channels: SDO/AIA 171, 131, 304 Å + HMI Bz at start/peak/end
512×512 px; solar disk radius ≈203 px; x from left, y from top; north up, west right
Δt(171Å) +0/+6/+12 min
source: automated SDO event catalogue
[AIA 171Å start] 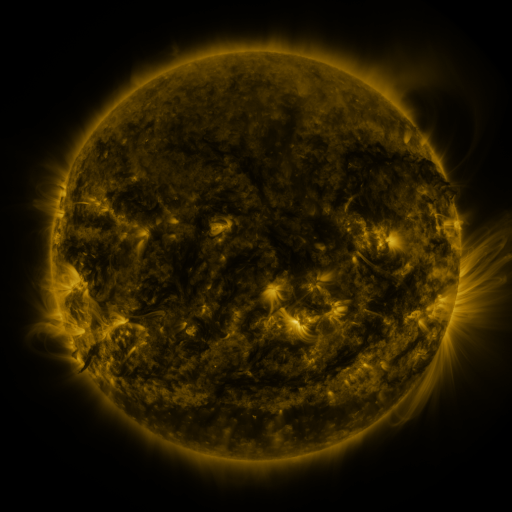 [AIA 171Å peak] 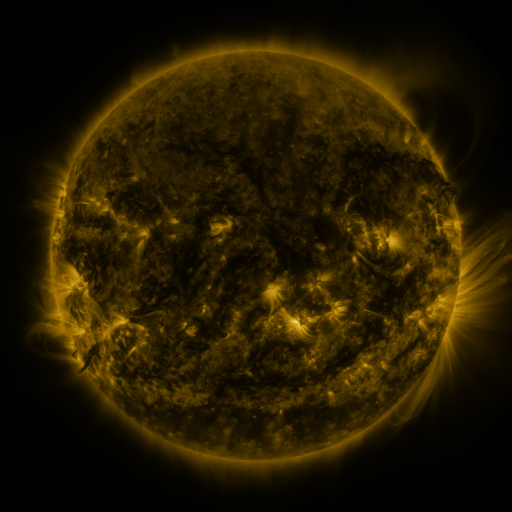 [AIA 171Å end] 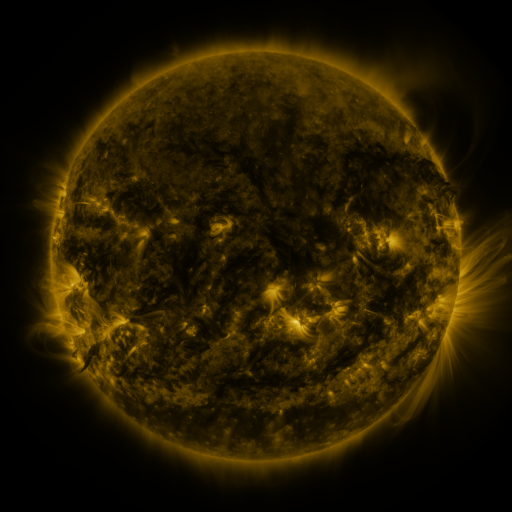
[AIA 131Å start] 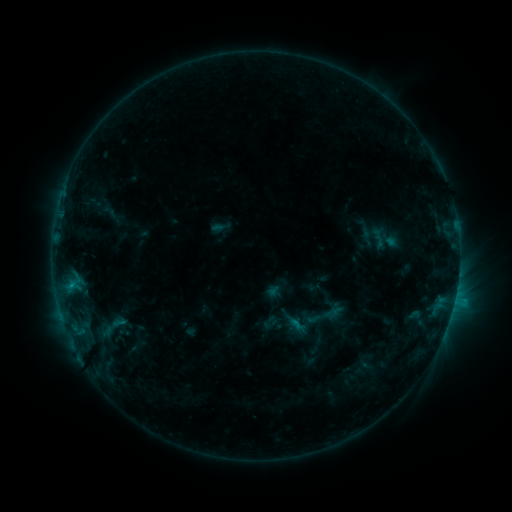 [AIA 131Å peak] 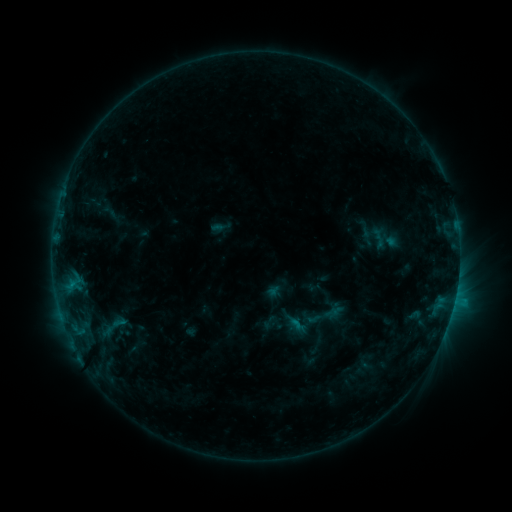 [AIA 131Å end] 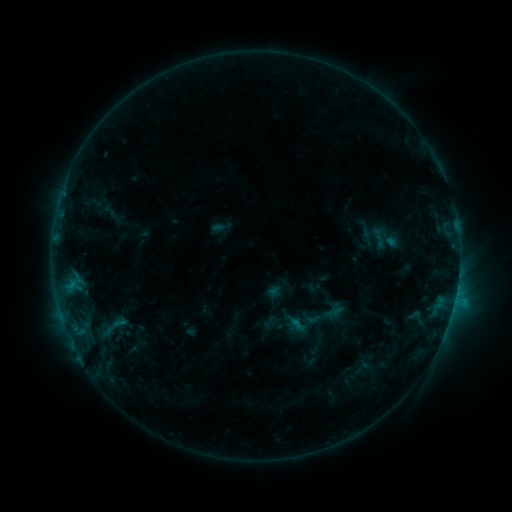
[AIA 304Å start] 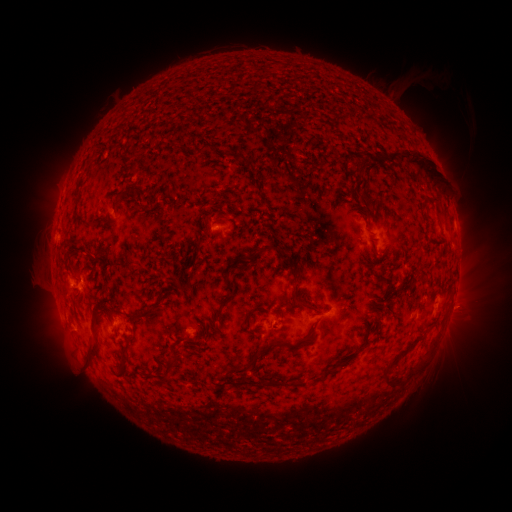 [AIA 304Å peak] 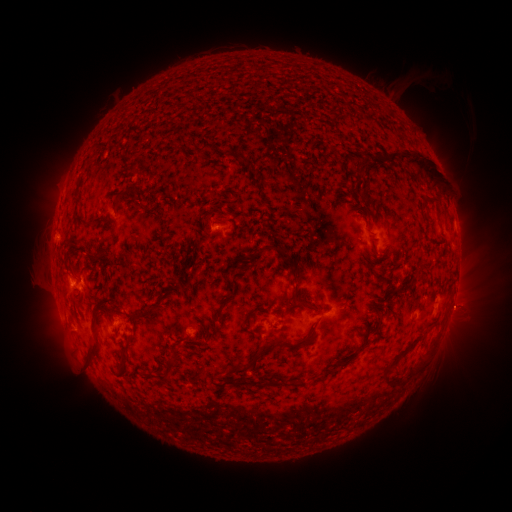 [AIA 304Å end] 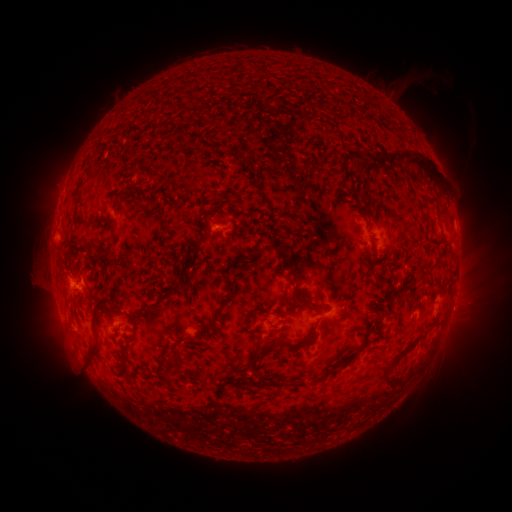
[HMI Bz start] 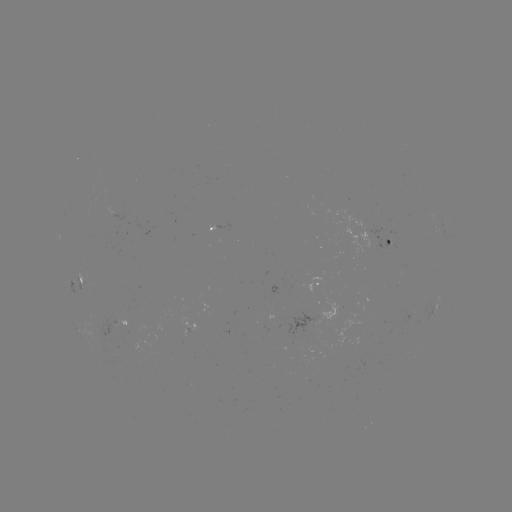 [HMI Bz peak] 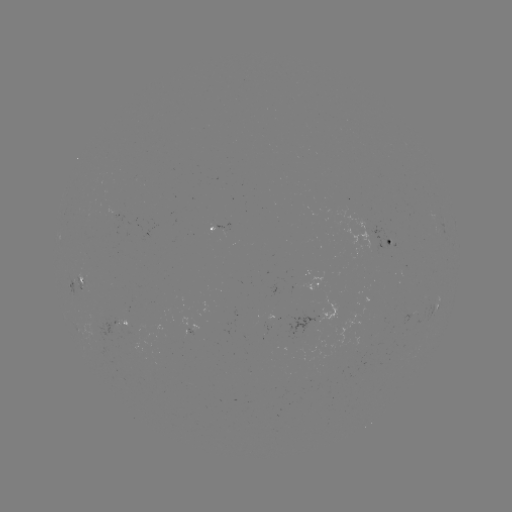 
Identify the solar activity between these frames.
eruption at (464, 309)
